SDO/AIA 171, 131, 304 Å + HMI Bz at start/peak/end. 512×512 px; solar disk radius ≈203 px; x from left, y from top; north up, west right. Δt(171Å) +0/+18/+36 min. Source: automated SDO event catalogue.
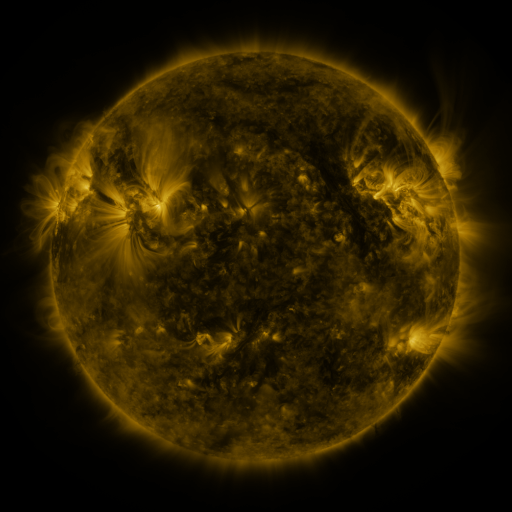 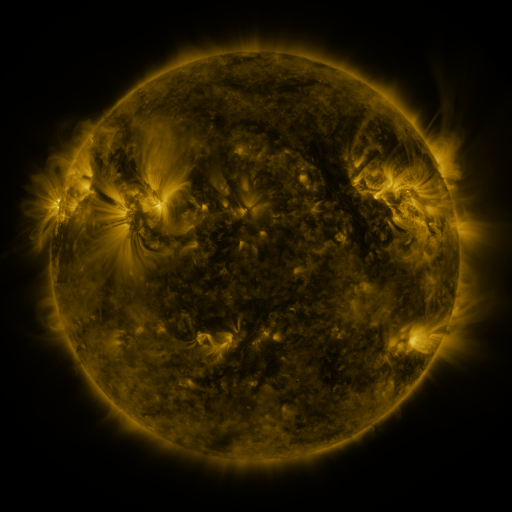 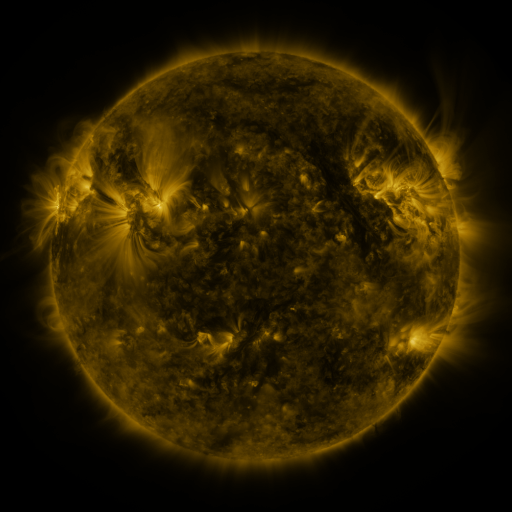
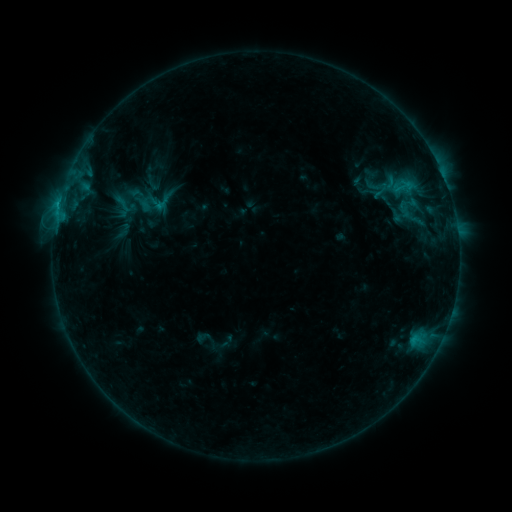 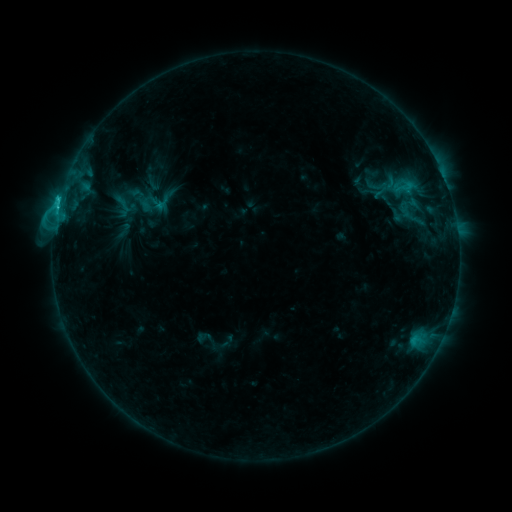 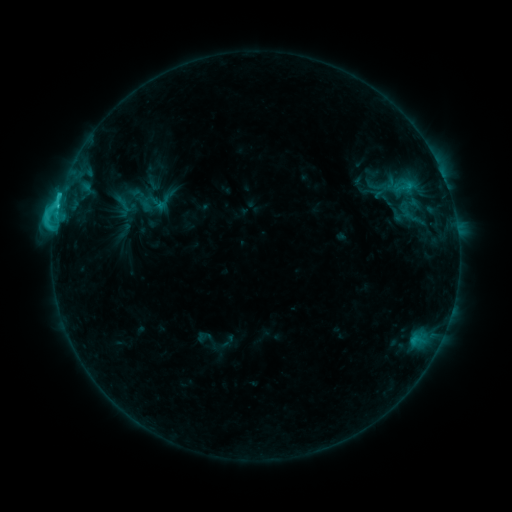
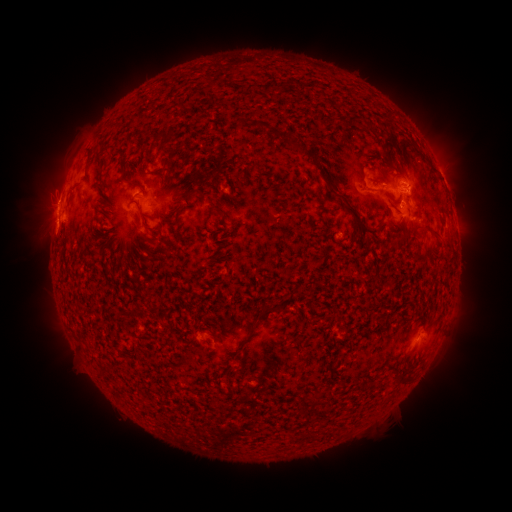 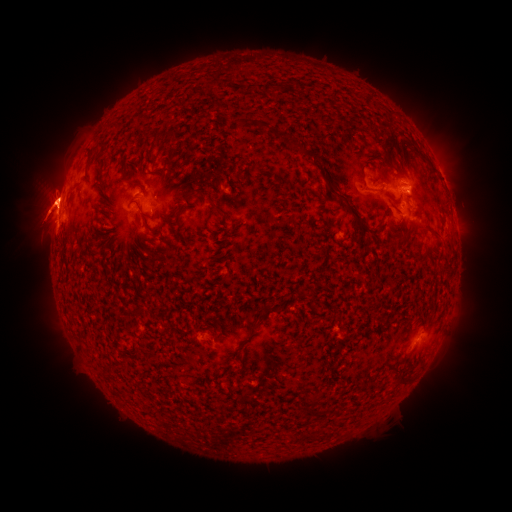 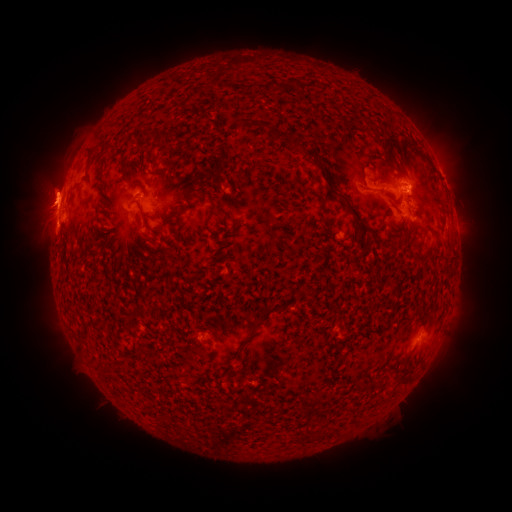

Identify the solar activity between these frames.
eruption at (48, 197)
